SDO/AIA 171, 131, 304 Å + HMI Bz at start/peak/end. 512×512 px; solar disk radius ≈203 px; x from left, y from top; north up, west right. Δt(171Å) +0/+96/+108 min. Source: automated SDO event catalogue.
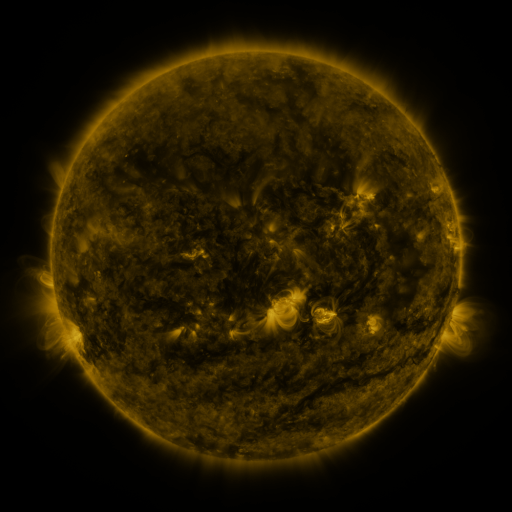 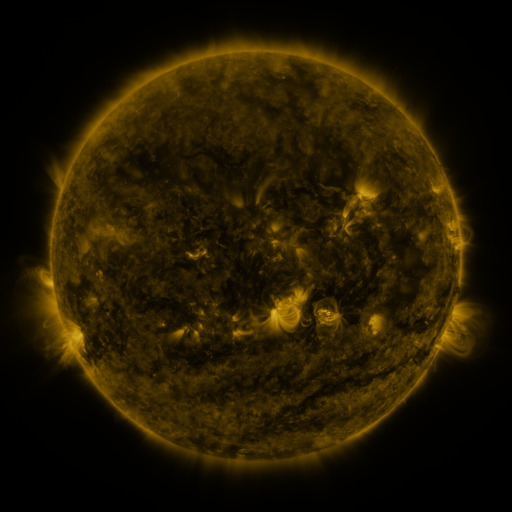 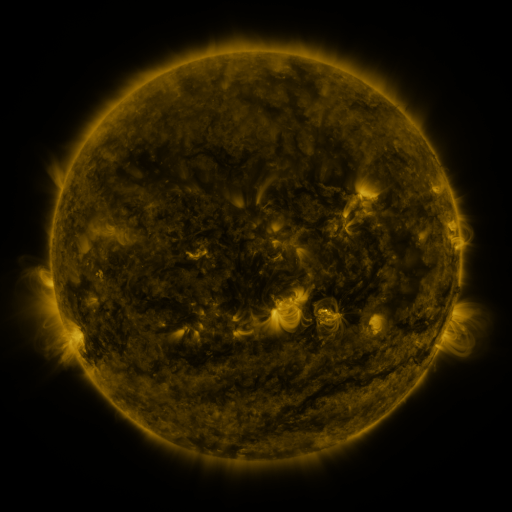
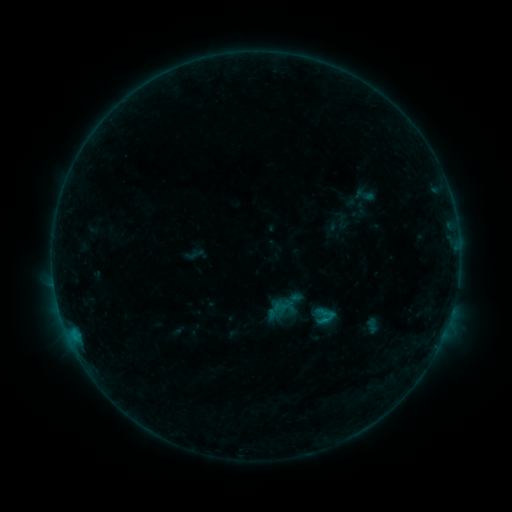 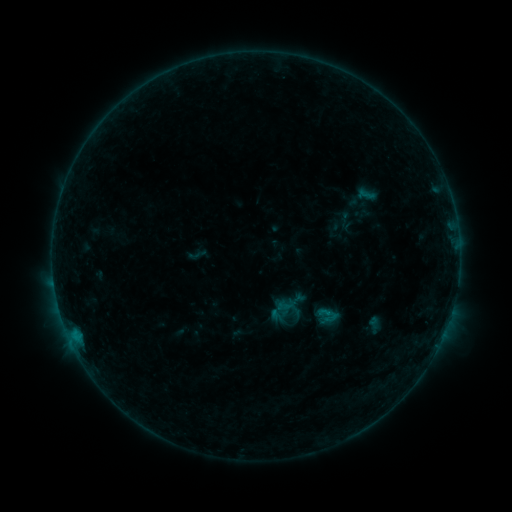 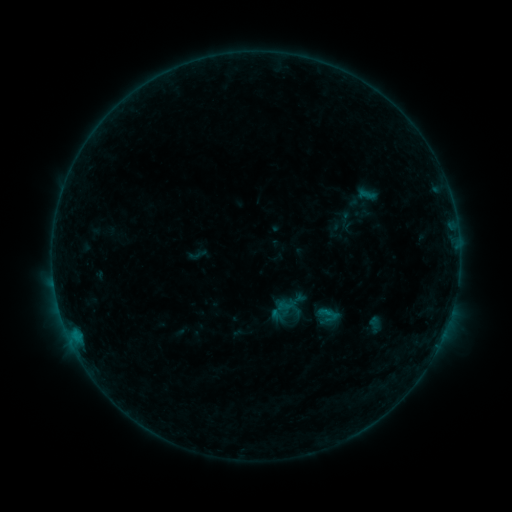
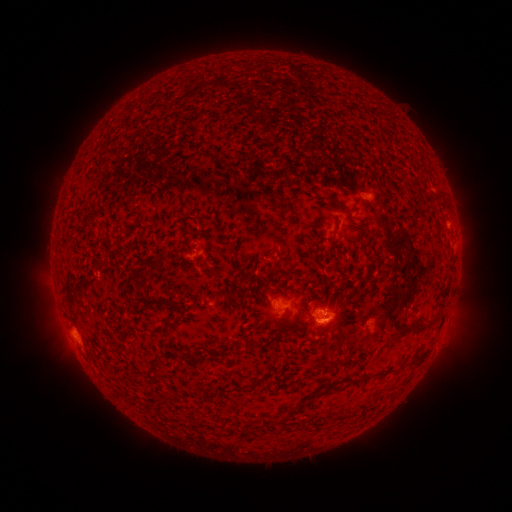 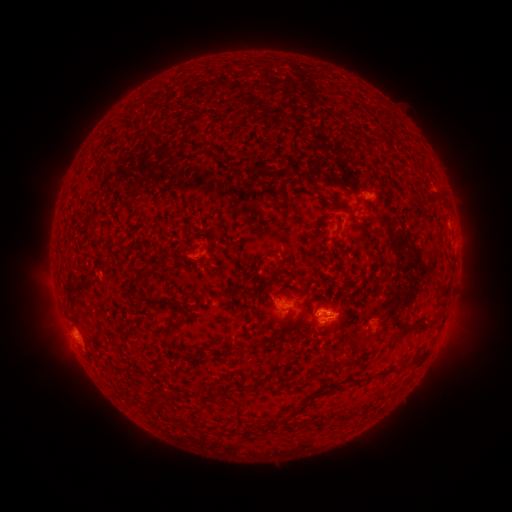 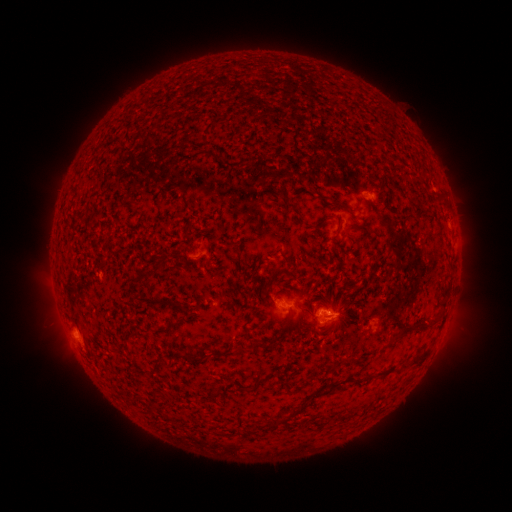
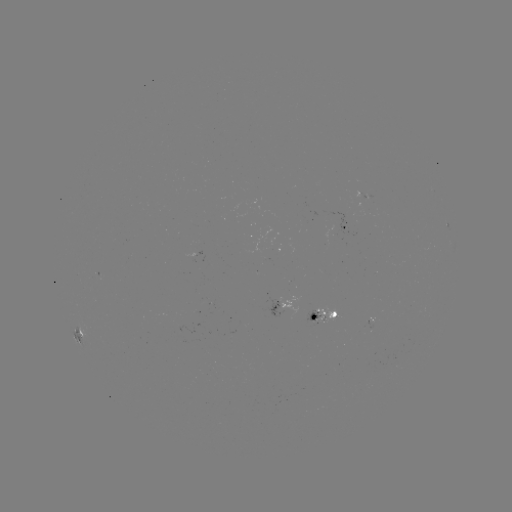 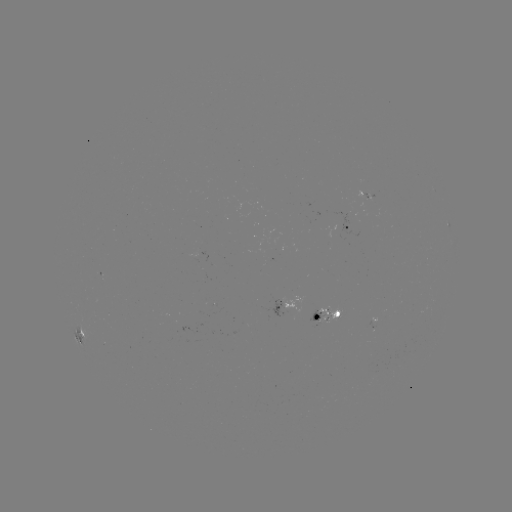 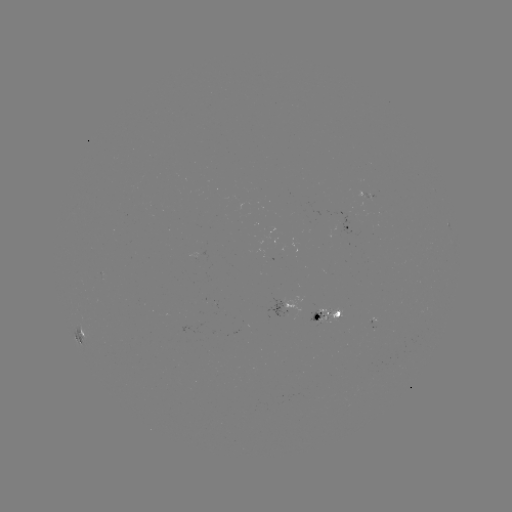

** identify emerging-flux region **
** (317, 318) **